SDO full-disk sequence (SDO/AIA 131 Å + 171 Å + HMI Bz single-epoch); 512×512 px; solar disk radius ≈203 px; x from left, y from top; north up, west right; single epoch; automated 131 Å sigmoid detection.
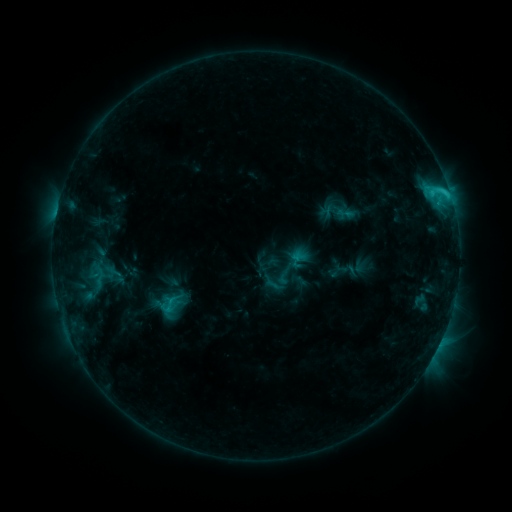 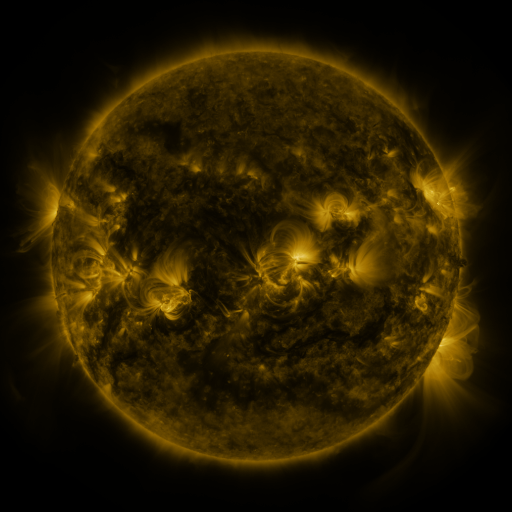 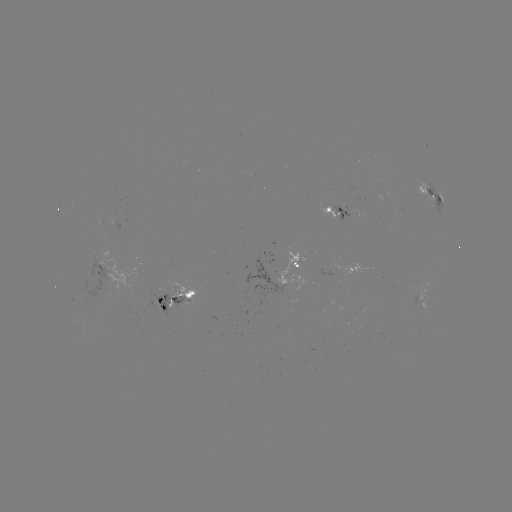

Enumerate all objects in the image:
sigmoid: [154, 293, 184, 316]
